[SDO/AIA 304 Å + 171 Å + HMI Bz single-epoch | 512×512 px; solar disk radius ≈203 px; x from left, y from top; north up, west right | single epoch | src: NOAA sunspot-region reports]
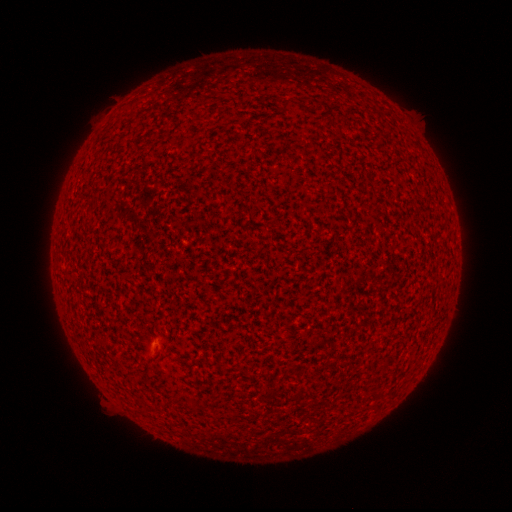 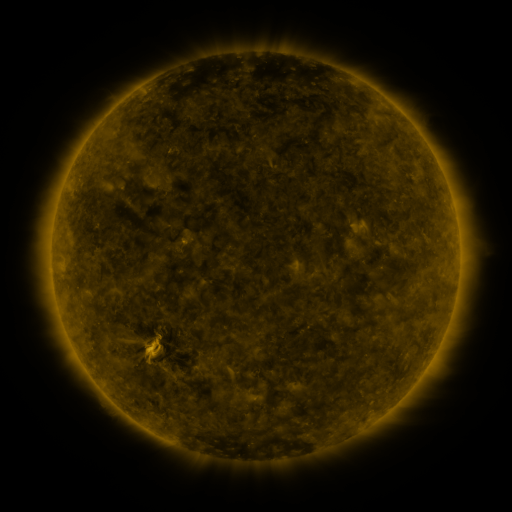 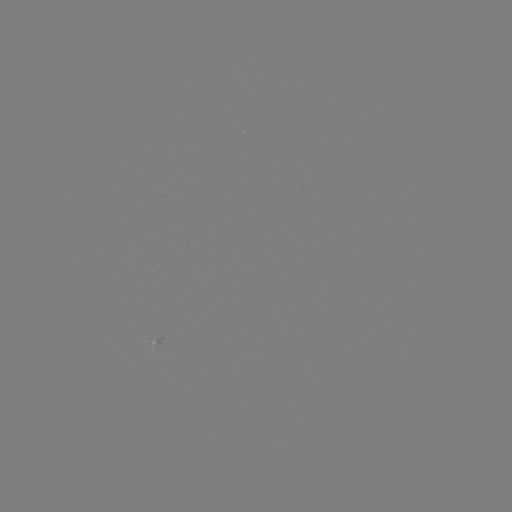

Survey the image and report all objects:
(none)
